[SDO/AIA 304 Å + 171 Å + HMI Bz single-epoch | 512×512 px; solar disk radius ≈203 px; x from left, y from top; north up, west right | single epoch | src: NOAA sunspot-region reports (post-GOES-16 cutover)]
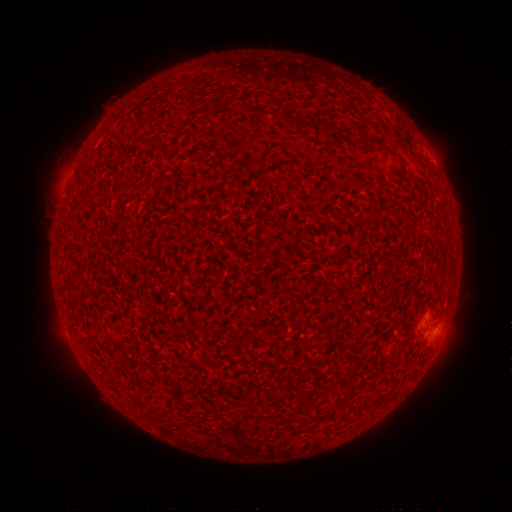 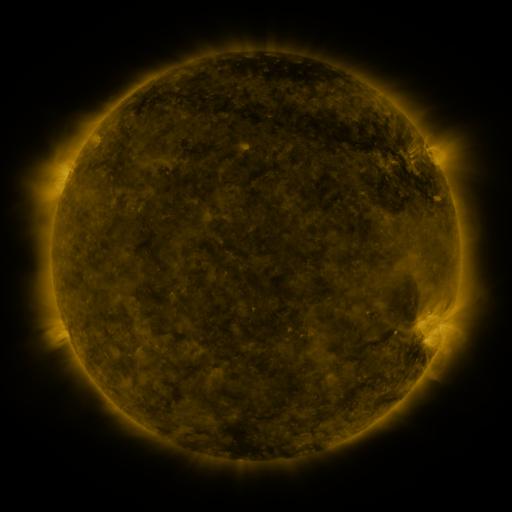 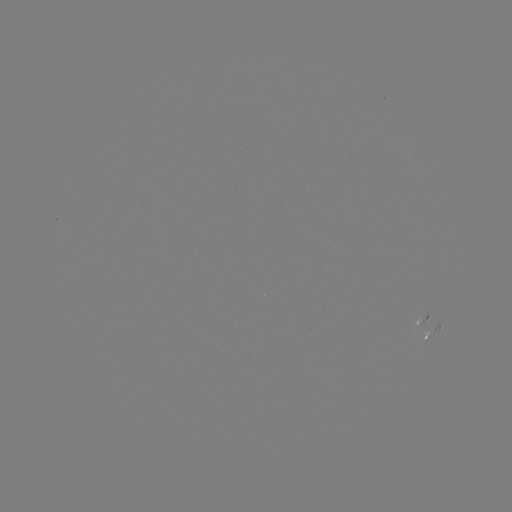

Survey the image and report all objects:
spotted active region: (420, 316)
spotted active region: (435, 330)
